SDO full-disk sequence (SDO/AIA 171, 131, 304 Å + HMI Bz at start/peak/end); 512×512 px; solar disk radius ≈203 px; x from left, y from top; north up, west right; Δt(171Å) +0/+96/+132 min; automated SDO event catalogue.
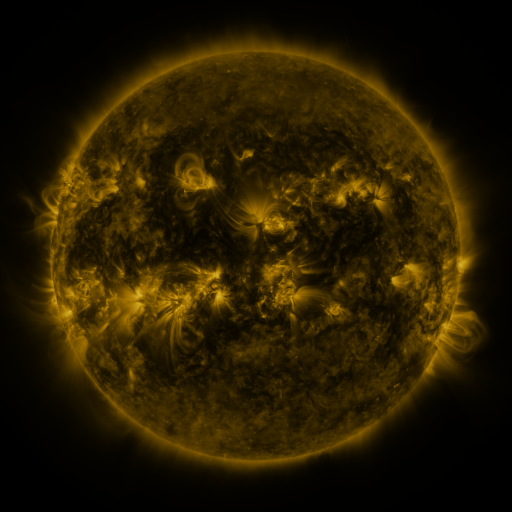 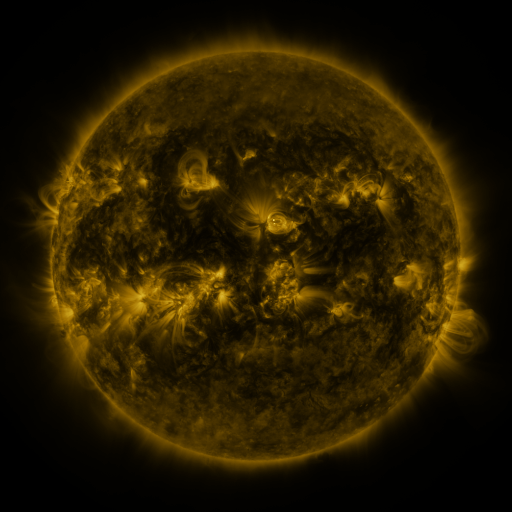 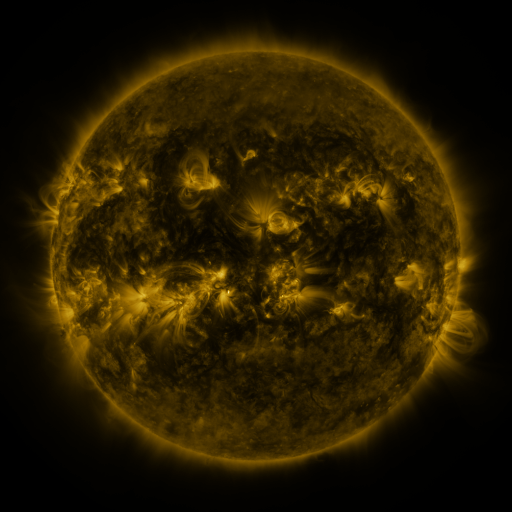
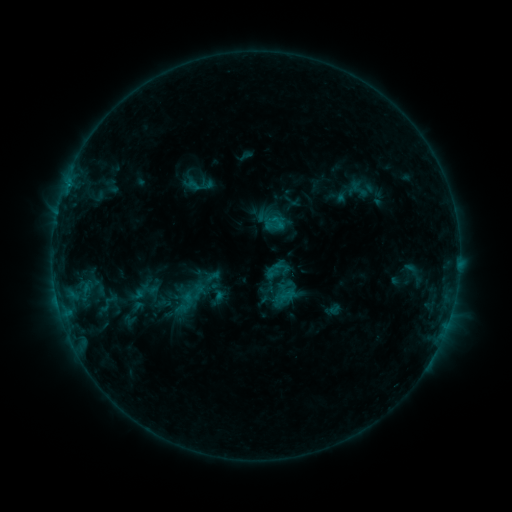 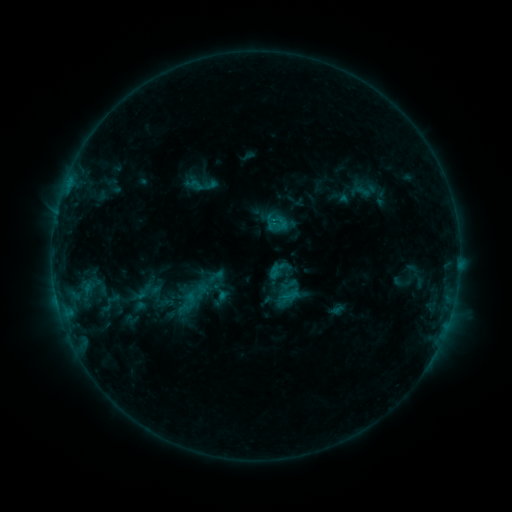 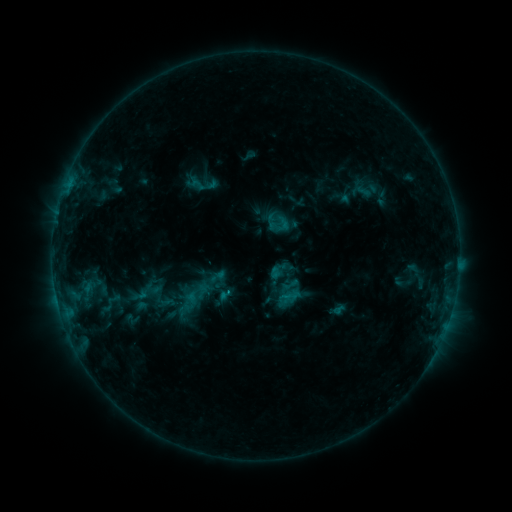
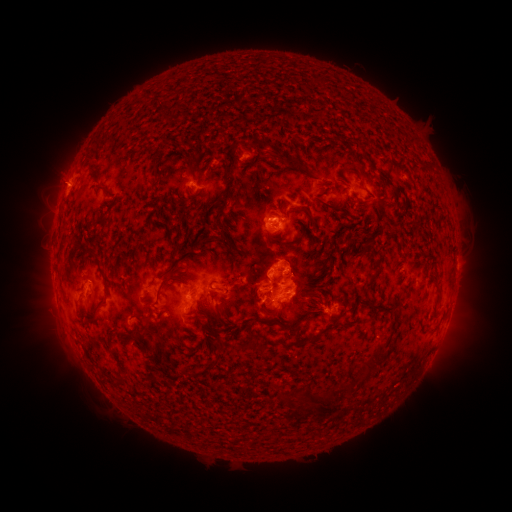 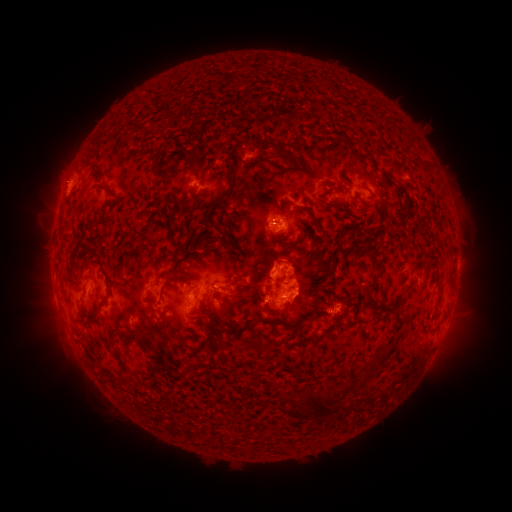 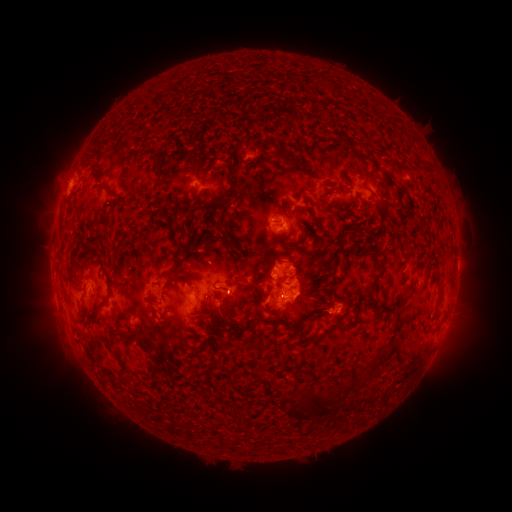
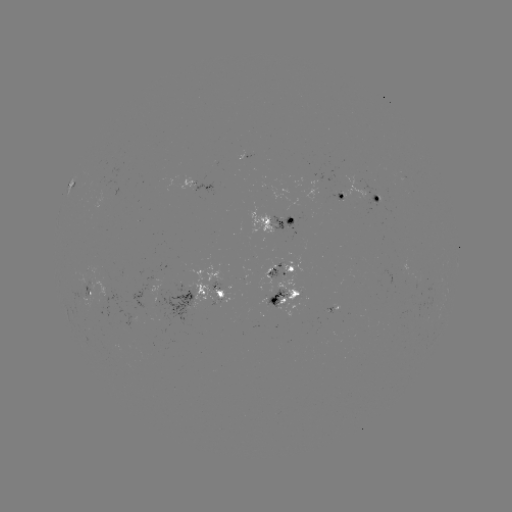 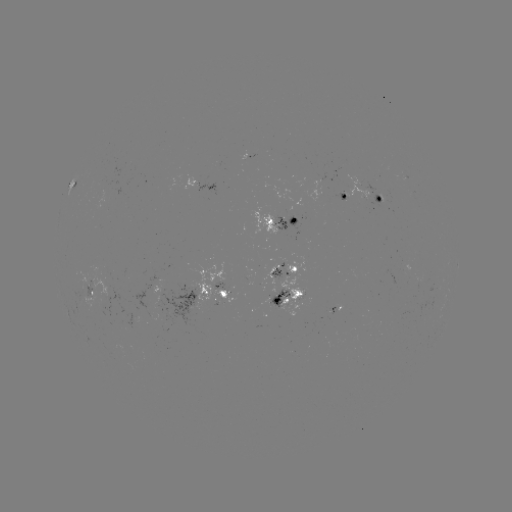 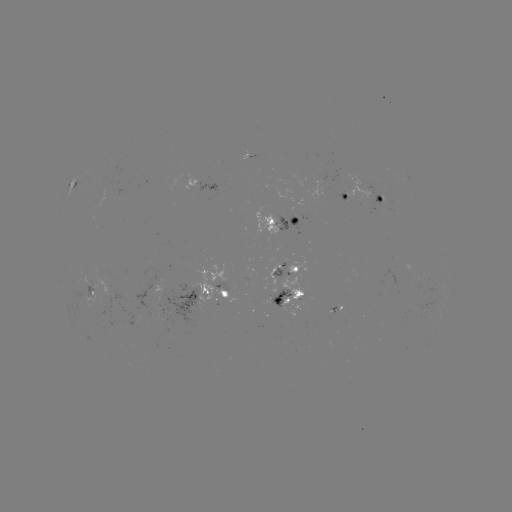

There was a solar emerging-flux region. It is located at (93, 288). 